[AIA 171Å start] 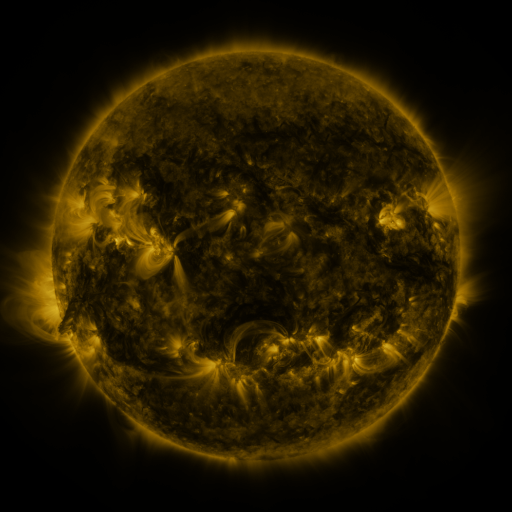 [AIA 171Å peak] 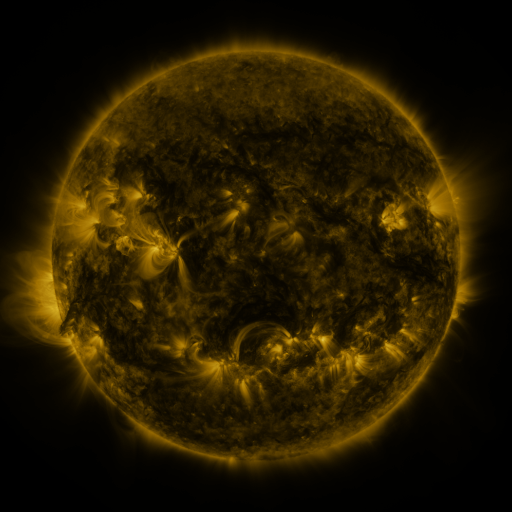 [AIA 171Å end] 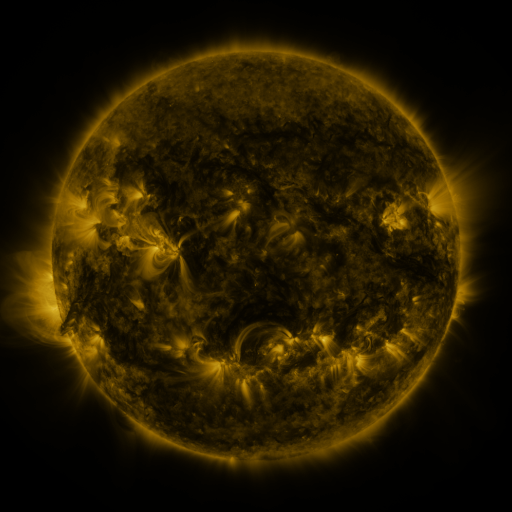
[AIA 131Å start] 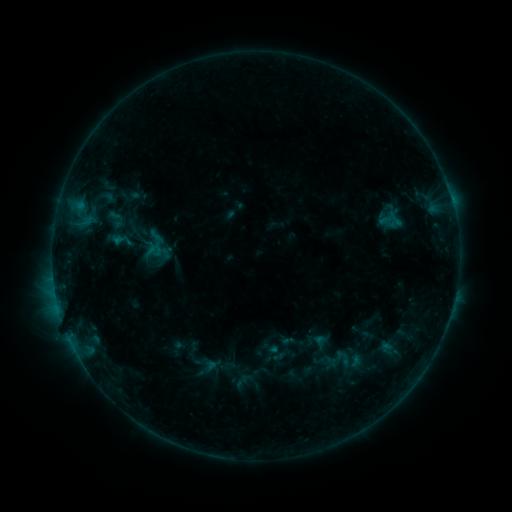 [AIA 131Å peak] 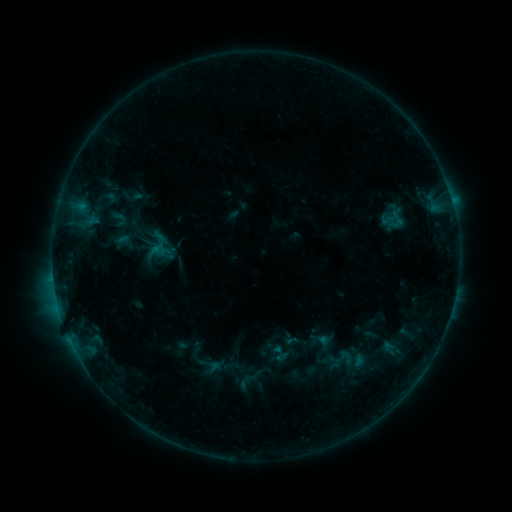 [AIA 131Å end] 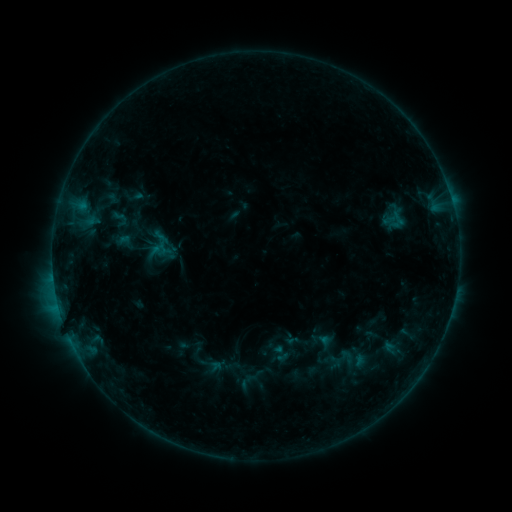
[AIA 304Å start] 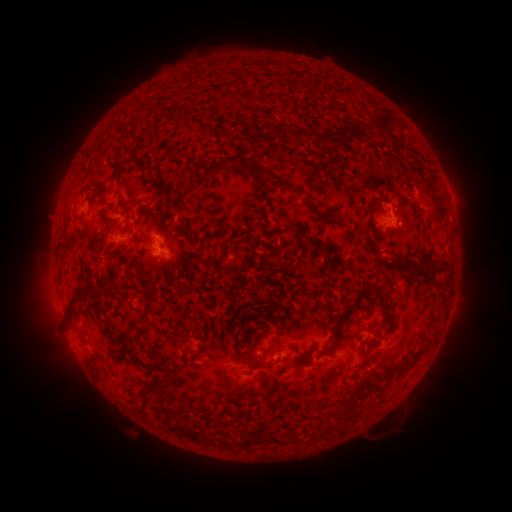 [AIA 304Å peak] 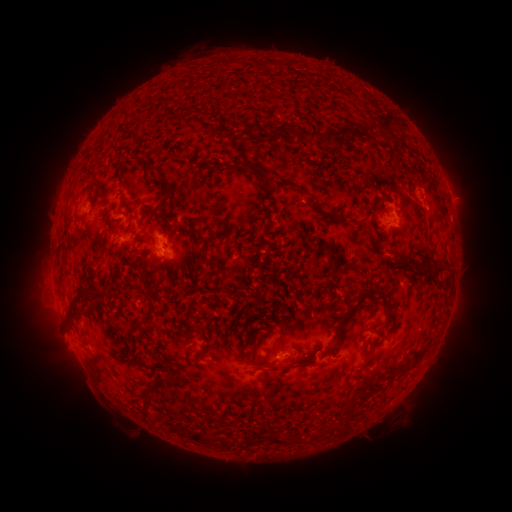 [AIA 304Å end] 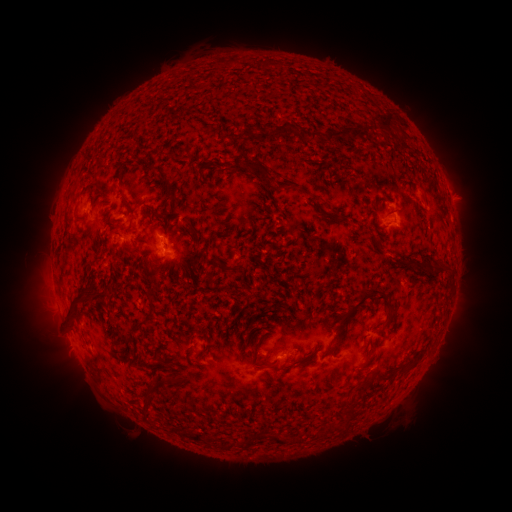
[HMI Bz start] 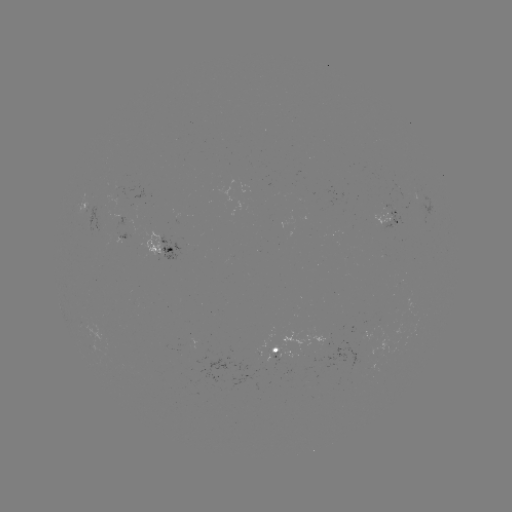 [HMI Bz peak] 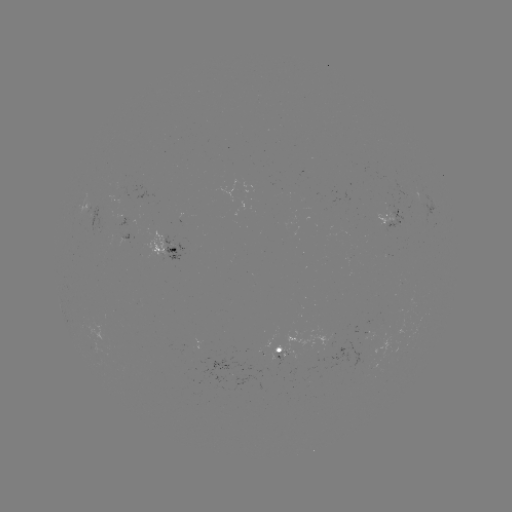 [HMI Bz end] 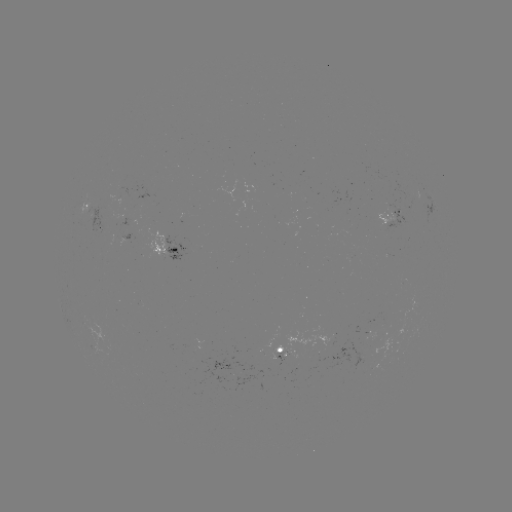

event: emerging-flux region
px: (92, 217)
